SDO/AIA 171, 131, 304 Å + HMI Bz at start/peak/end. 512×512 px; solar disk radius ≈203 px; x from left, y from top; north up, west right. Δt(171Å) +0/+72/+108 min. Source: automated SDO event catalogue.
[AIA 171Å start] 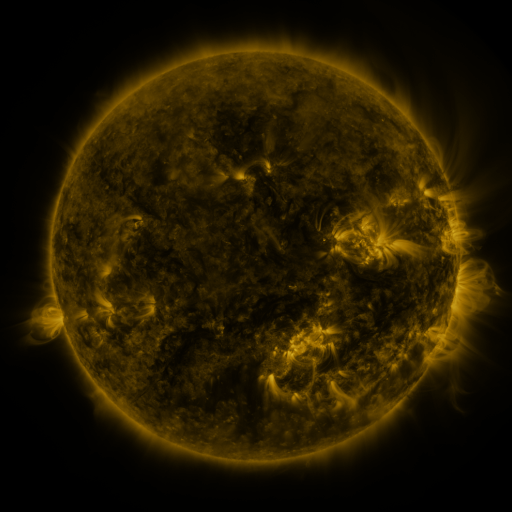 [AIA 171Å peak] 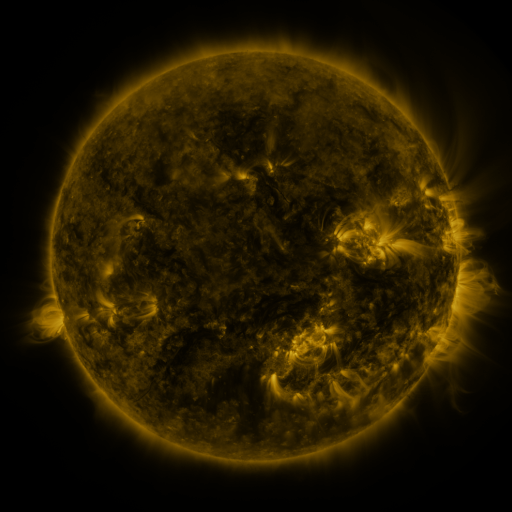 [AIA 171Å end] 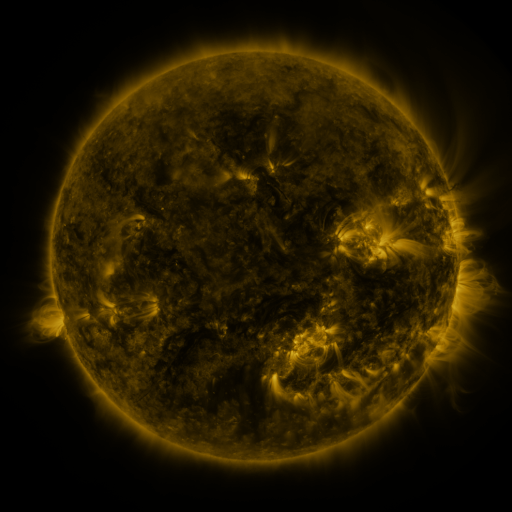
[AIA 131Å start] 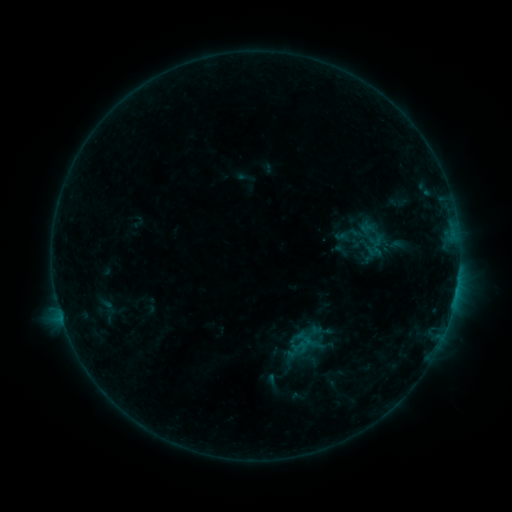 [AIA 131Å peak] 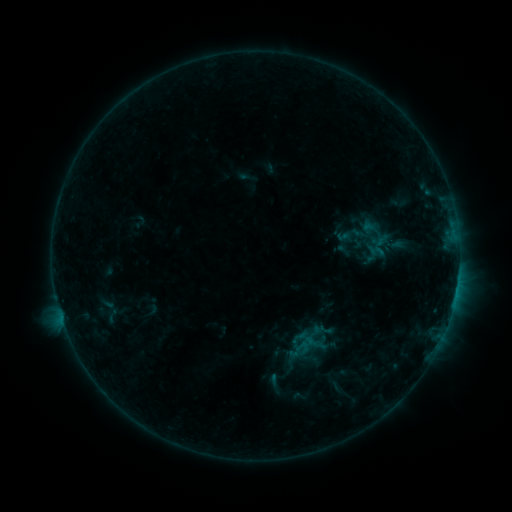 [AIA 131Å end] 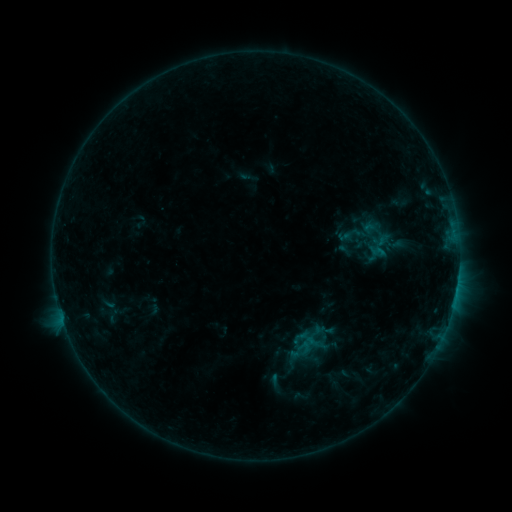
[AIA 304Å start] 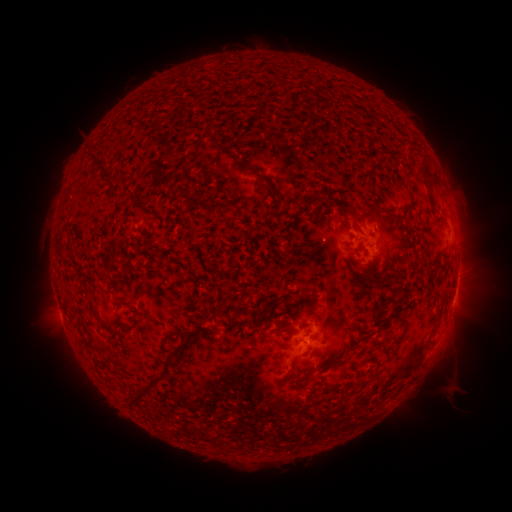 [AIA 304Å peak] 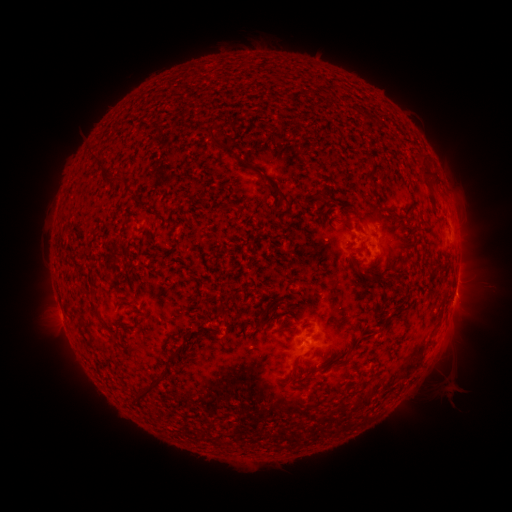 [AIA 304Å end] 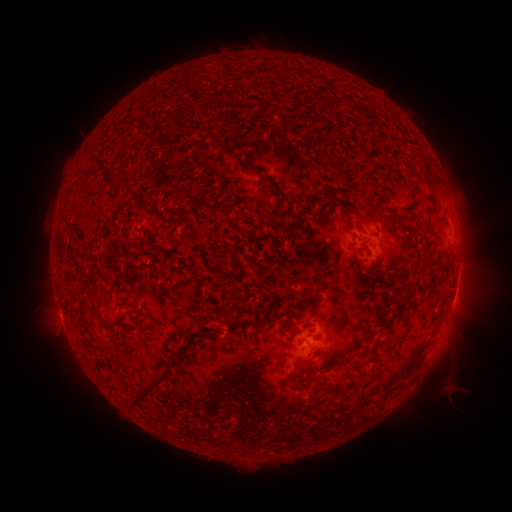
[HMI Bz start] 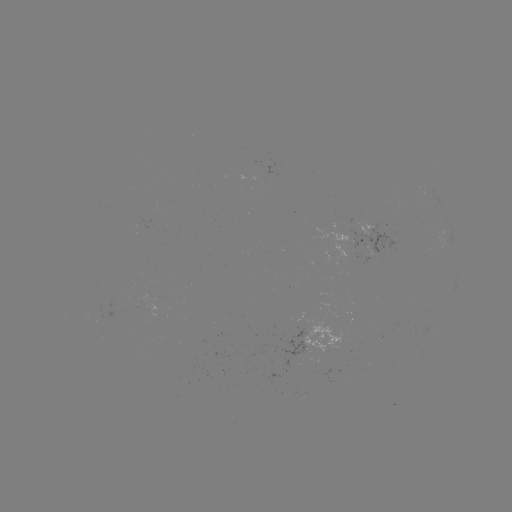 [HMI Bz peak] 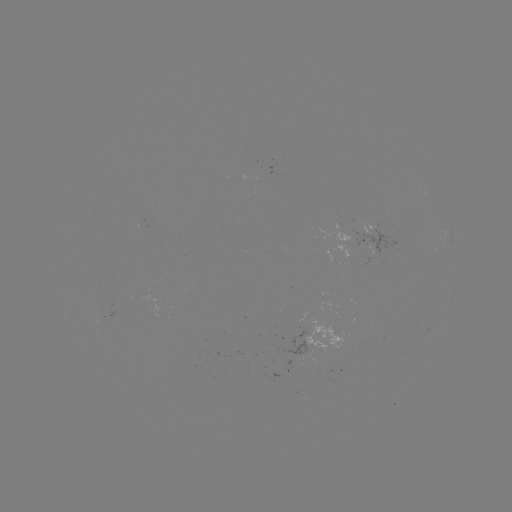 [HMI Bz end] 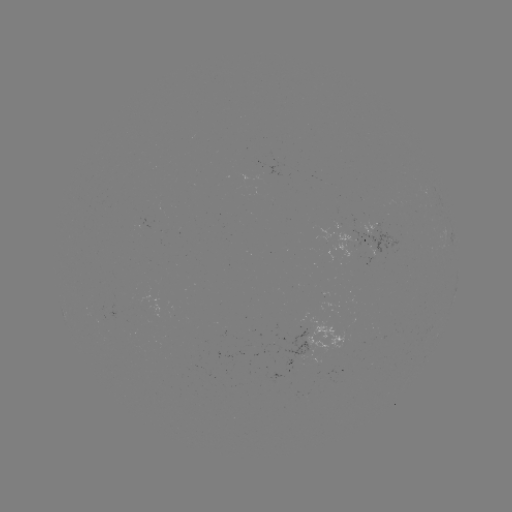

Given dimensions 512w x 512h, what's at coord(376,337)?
emerging-flux region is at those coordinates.